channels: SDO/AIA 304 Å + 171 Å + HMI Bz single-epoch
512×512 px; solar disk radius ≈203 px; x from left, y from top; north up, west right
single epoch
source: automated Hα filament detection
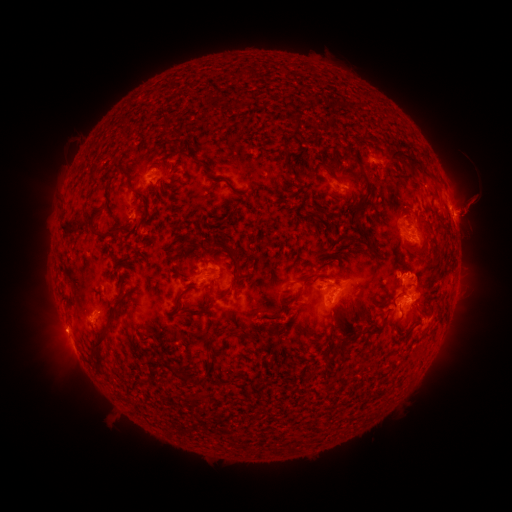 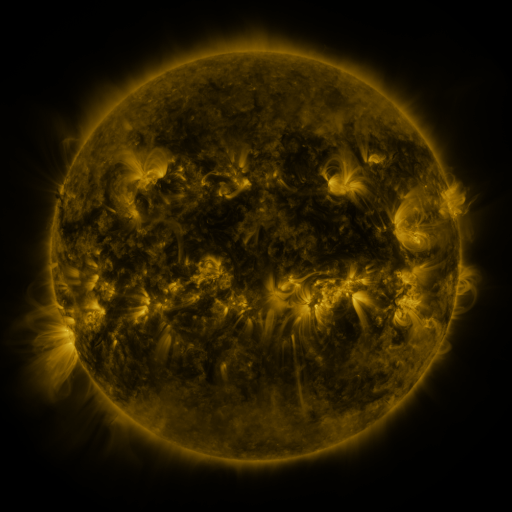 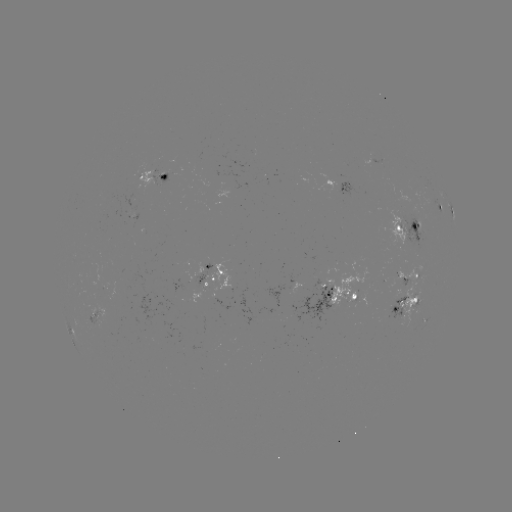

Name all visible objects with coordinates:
filament: (165, 124)
filament: (307, 126)
filament: (264, 138)
filament: (352, 154)
filament: (403, 154)
filament: (205, 163)
filament: (122, 174)
filament: (354, 178)
filament: (366, 181)
filament: (160, 191)
filament: (333, 195)
filament: (143, 199)
filament: (361, 204)
filament: (315, 214)
filament: (227, 218)
filament: (414, 222)
filament: (360, 226)
filament: (93, 229)
filament: (316, 231)
filament: (126, 233)
filament: (344, 235)
filament: (157, 243)
filament: (219, 246)
filament: (111, 250)
filament: (340, 252)
filament: (324, 253)
filament: (136, 259)
filament: (197, 275)
filament: (231, 289)
filament: (402, 291)
filament: (301, 292)
filament: (184, 294)
filament: (201, 313)
filament: (113, 316)
filament: (278, 316)
filament: (305, 324)
filament: (379, 325)
filament: (408, 330)
filament: (347, 334)
filament: (210, 344)
filament: (331, 360)
filament: (193, 381)
